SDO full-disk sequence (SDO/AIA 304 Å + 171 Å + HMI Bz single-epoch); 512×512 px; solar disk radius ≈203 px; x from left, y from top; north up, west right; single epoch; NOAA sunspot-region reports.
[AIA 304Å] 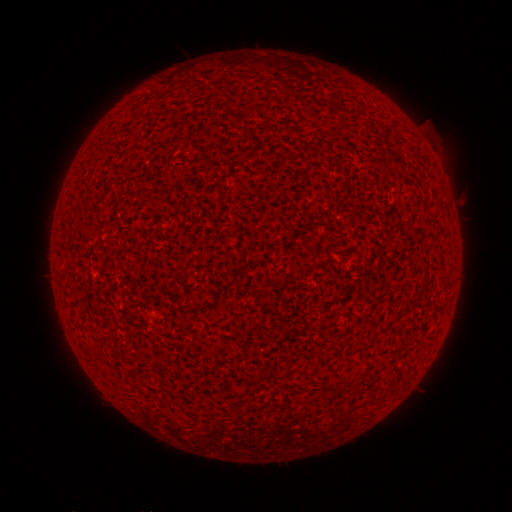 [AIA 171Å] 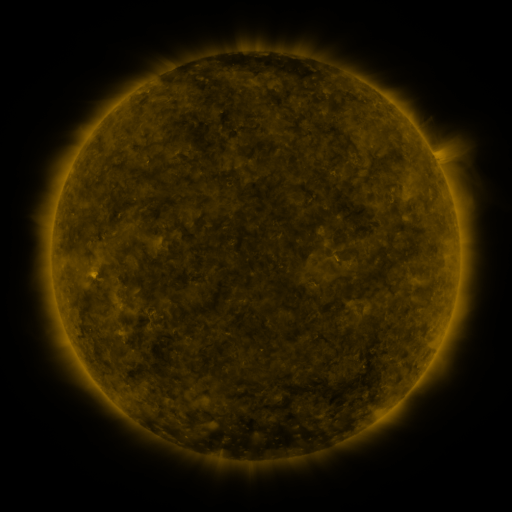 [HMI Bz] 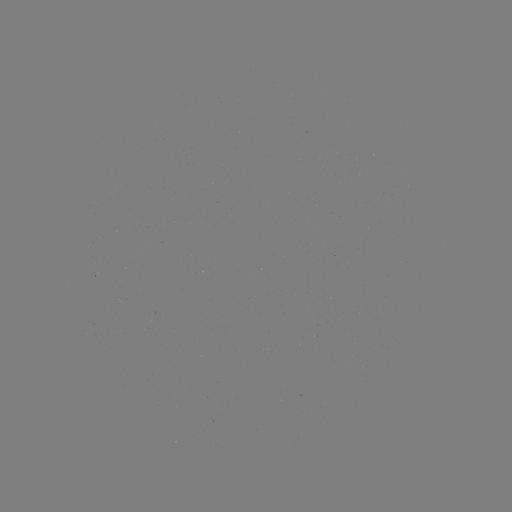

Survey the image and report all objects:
(none)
